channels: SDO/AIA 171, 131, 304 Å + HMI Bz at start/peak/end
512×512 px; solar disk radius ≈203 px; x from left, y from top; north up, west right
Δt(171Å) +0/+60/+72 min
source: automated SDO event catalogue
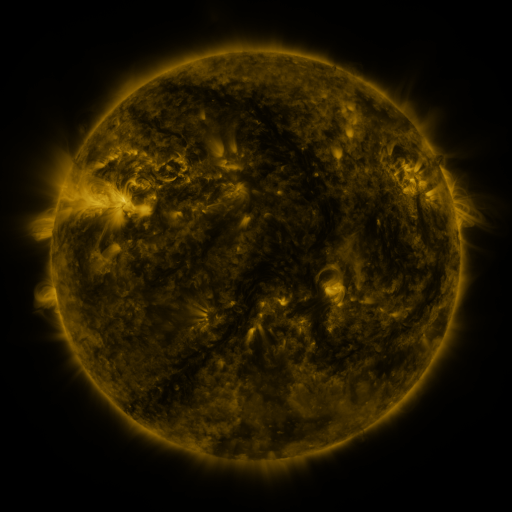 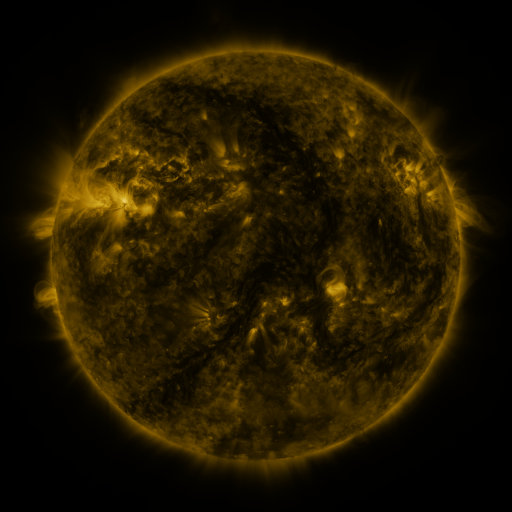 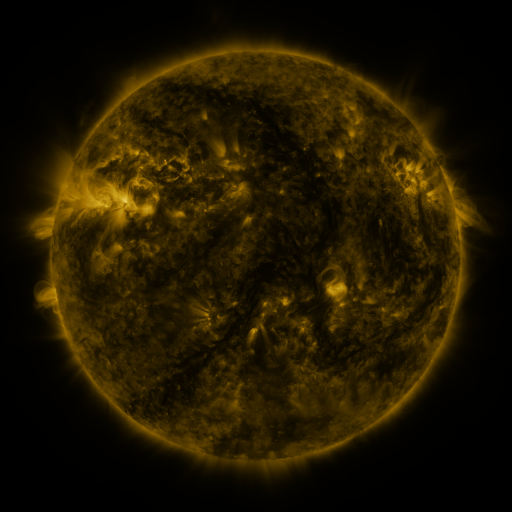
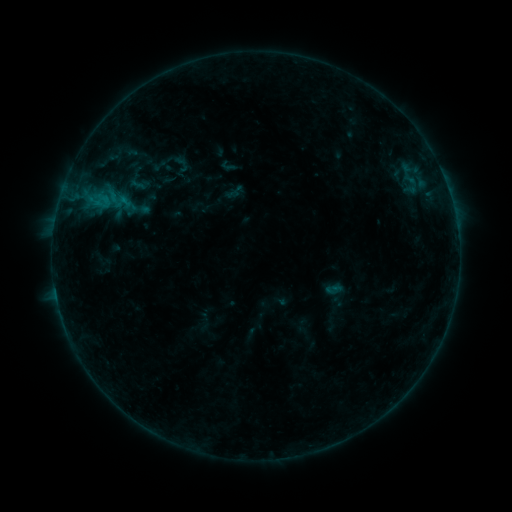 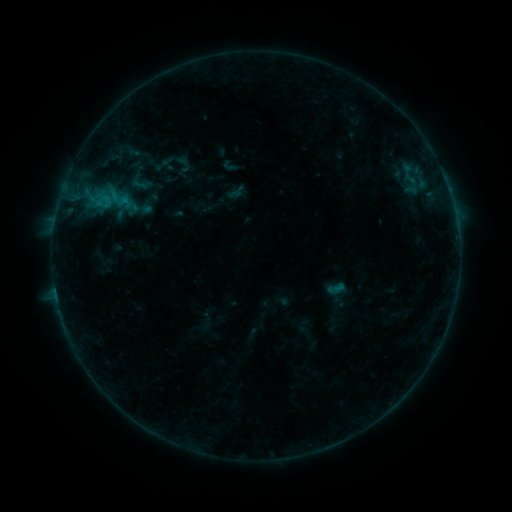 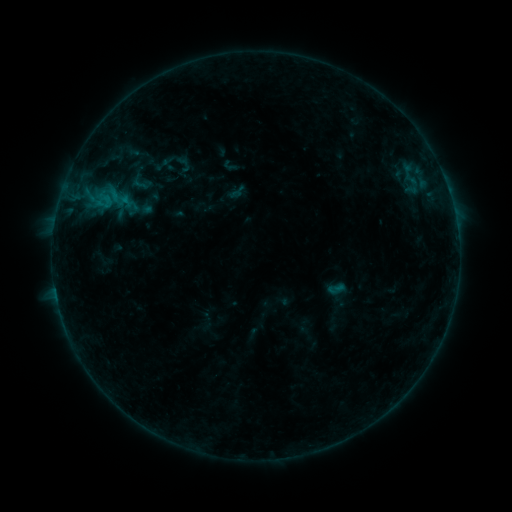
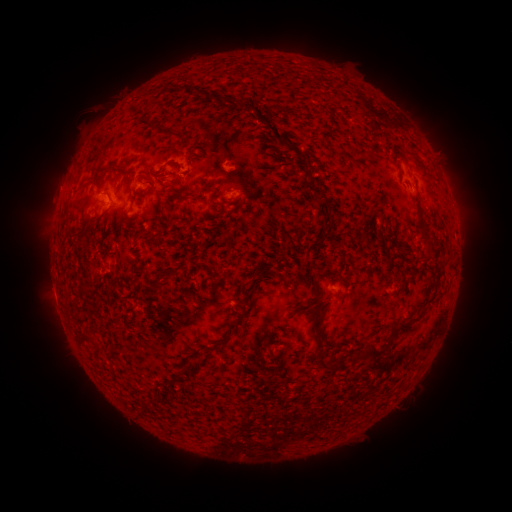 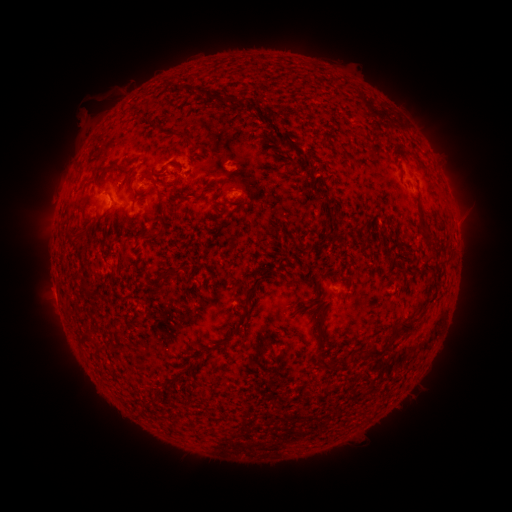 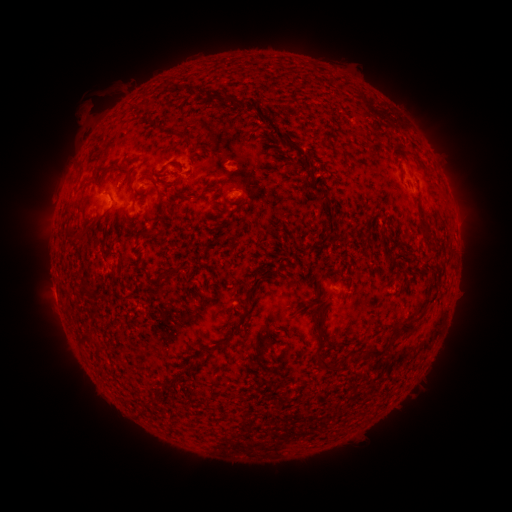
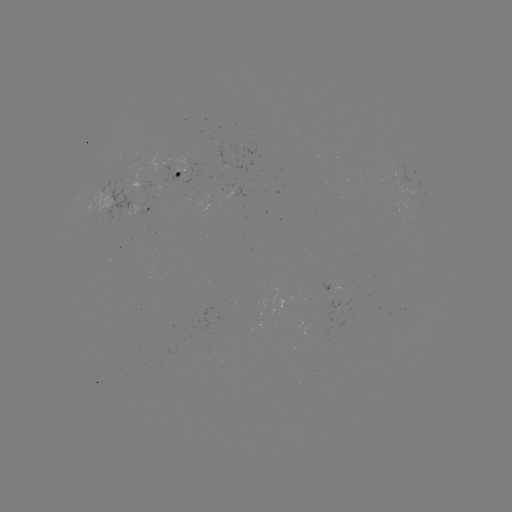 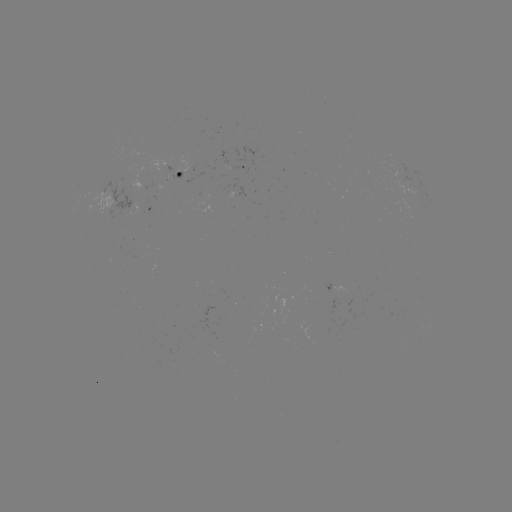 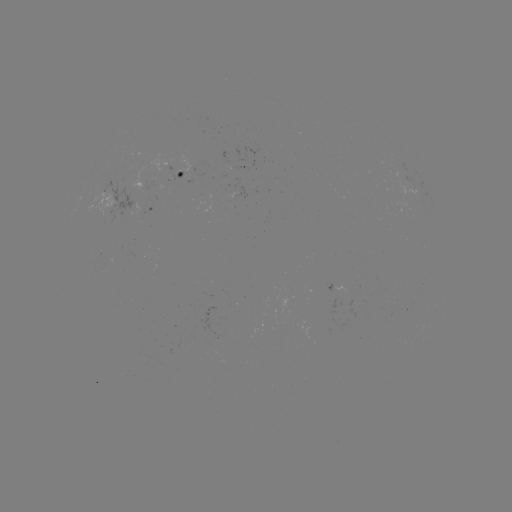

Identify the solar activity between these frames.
emerging-flux region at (405, 180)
